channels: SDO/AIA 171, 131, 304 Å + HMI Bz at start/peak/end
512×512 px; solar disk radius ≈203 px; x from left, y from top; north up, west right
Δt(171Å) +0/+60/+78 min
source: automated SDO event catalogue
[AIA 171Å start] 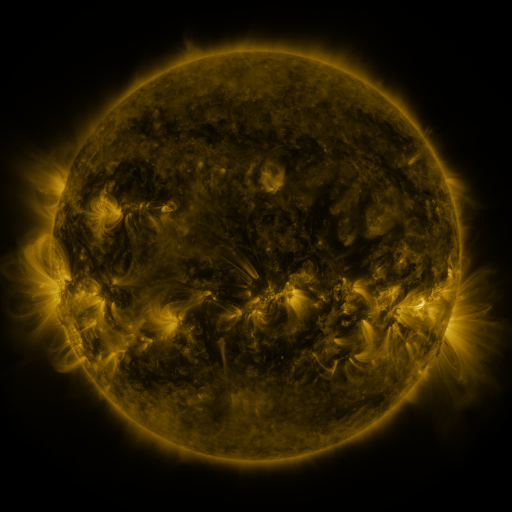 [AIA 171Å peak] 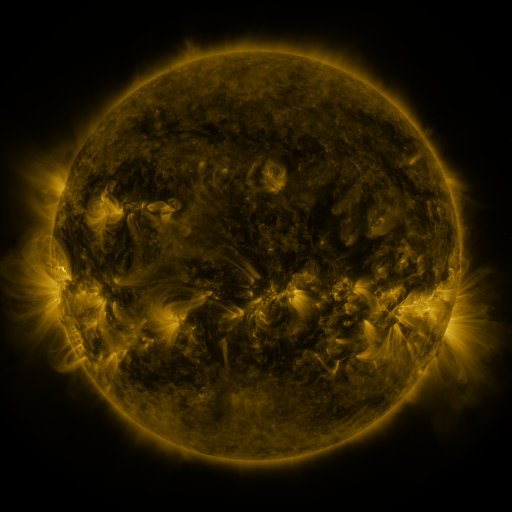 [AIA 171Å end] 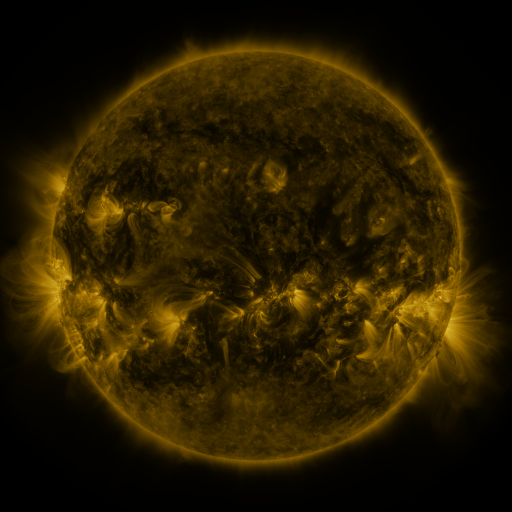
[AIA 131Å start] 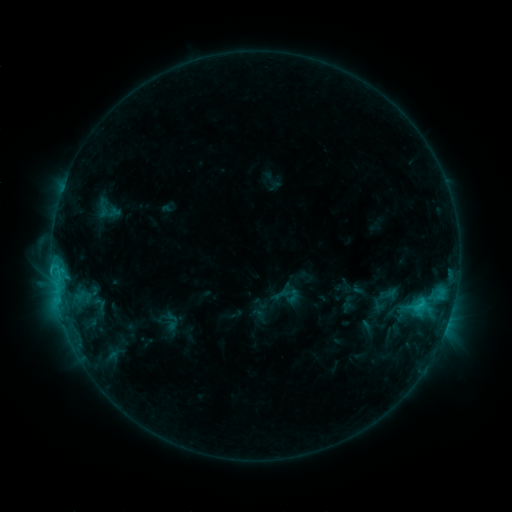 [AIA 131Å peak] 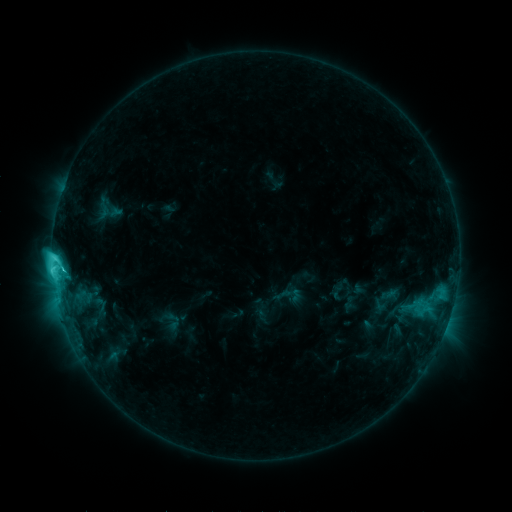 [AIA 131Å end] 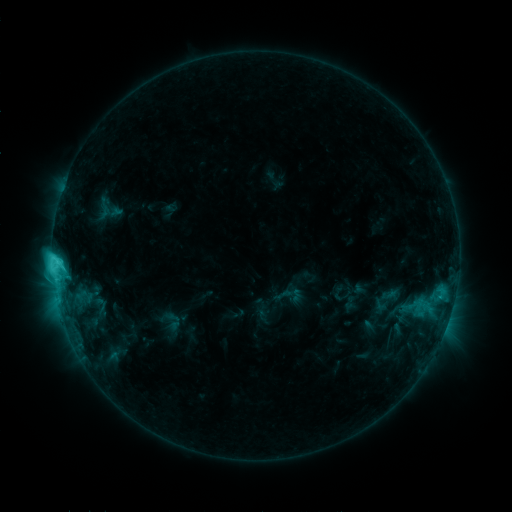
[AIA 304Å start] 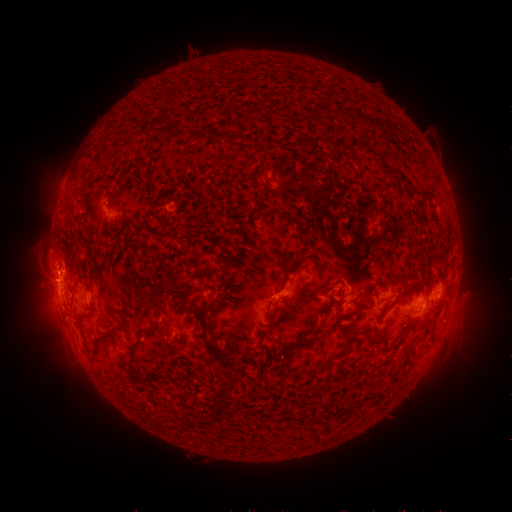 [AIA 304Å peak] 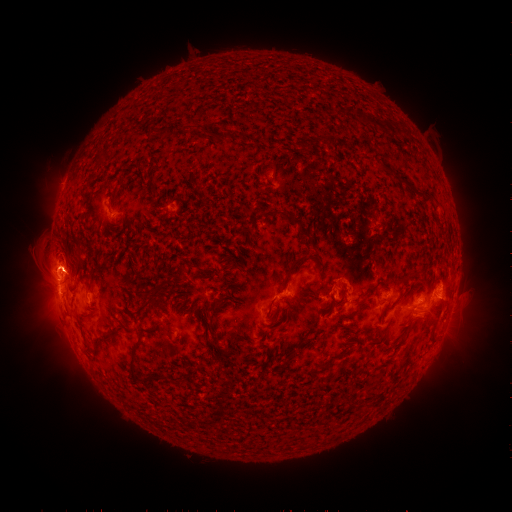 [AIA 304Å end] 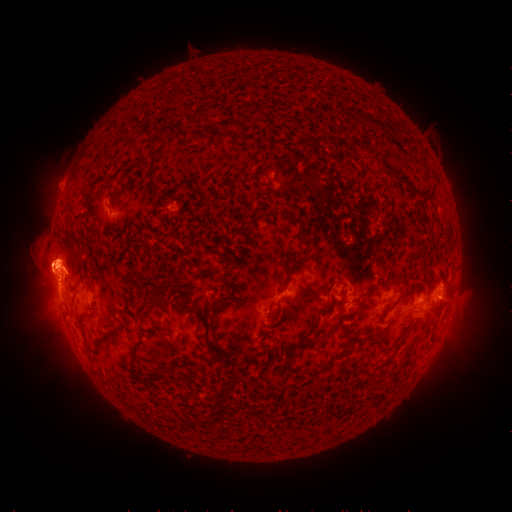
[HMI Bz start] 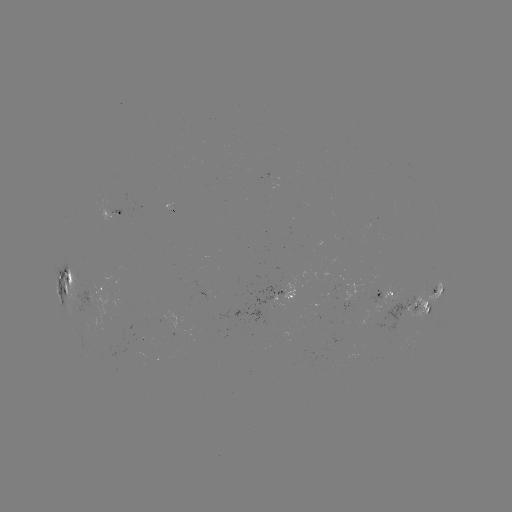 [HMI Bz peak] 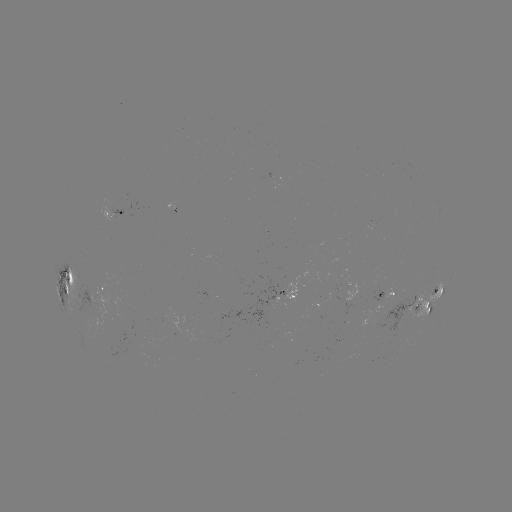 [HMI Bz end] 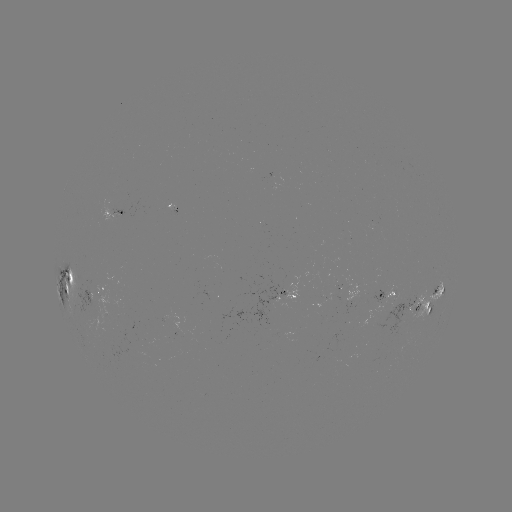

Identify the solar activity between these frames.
C9.5 flare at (55, 257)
